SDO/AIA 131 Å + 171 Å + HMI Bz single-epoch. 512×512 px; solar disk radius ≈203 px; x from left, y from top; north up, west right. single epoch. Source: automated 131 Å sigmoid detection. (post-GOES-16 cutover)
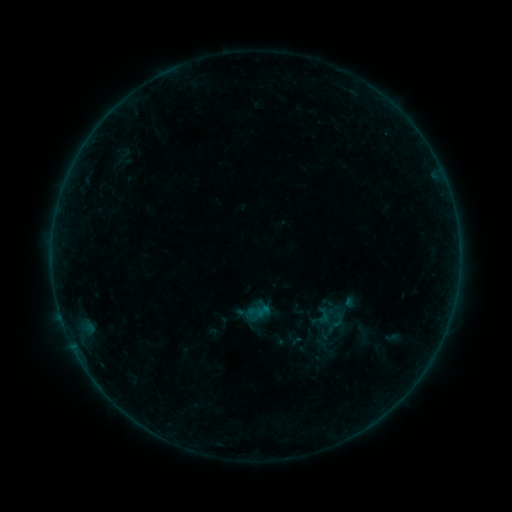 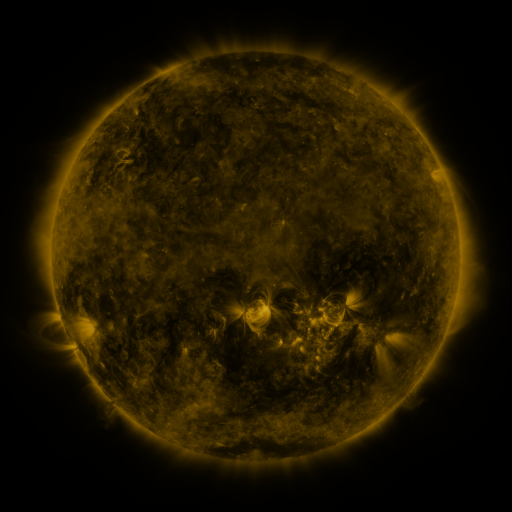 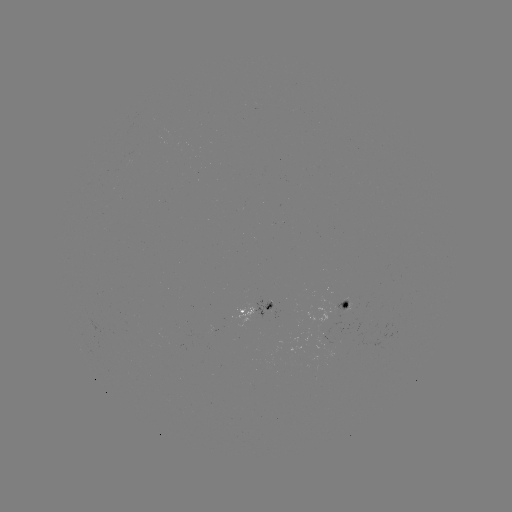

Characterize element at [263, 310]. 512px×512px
sigmoid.